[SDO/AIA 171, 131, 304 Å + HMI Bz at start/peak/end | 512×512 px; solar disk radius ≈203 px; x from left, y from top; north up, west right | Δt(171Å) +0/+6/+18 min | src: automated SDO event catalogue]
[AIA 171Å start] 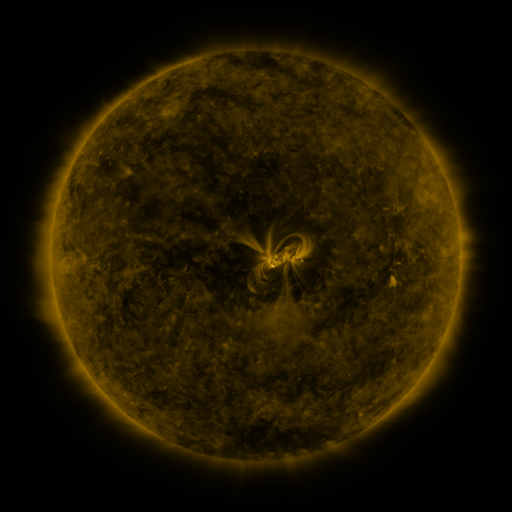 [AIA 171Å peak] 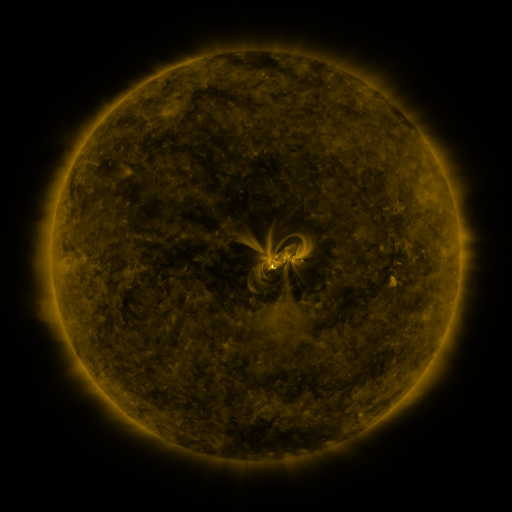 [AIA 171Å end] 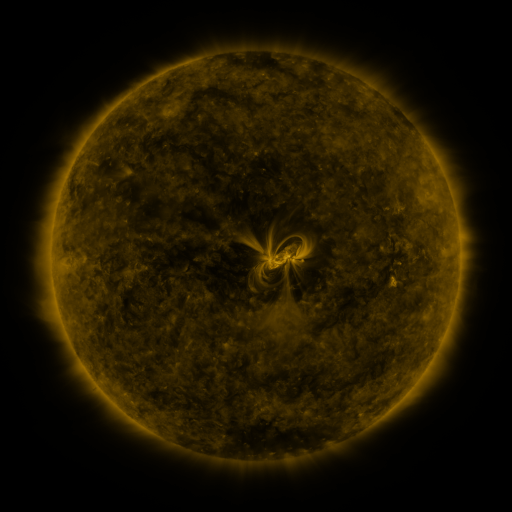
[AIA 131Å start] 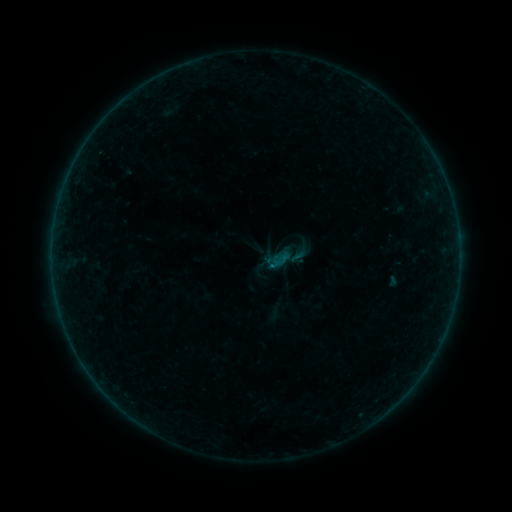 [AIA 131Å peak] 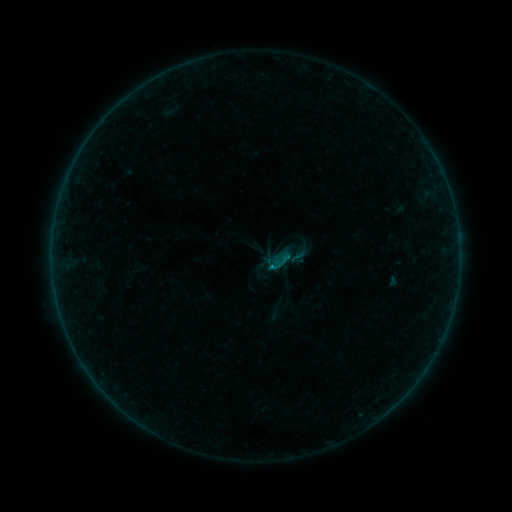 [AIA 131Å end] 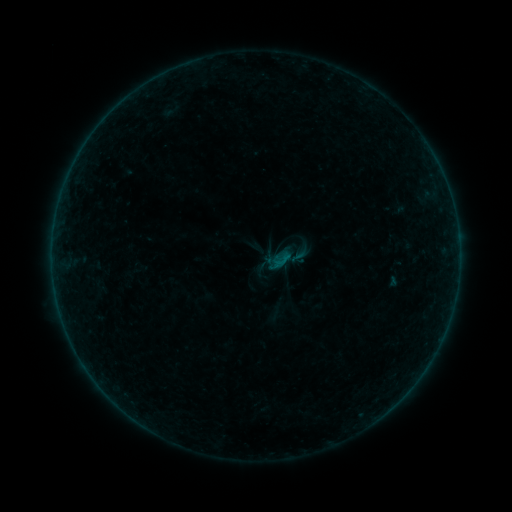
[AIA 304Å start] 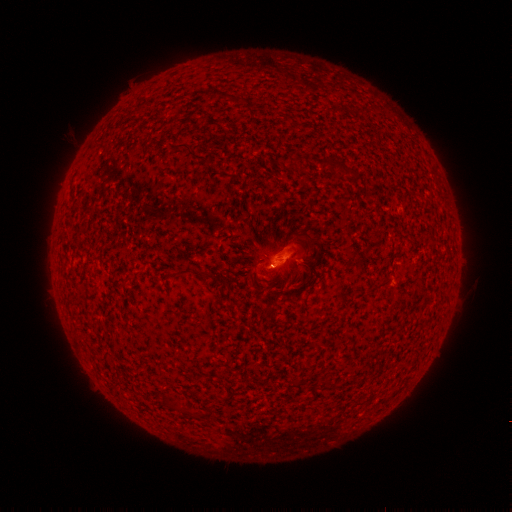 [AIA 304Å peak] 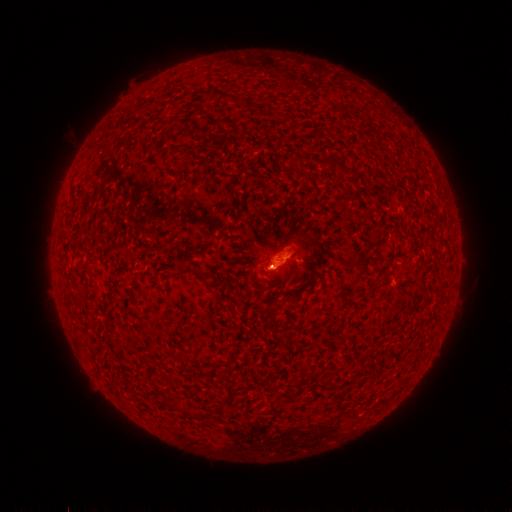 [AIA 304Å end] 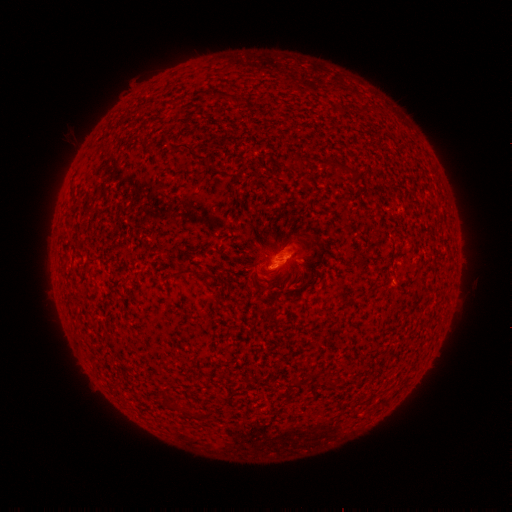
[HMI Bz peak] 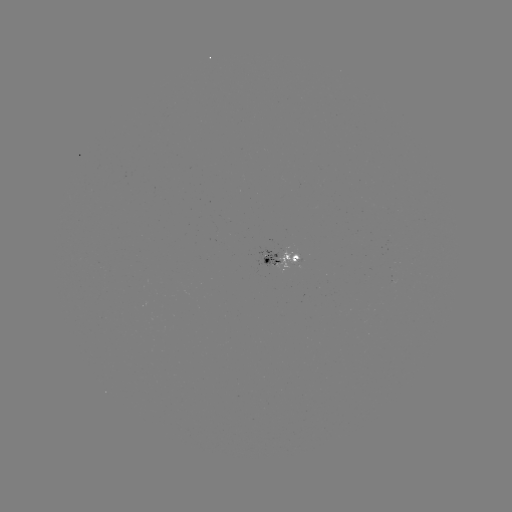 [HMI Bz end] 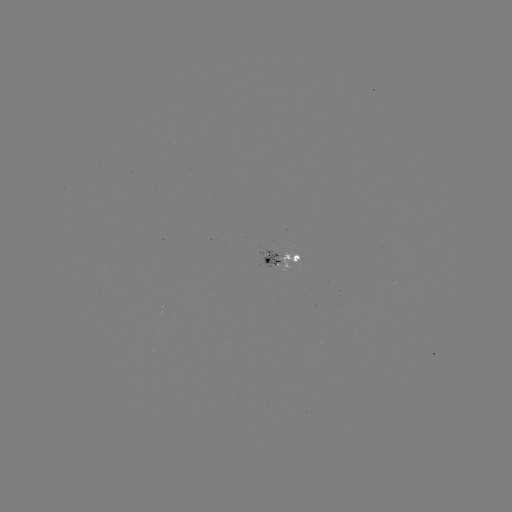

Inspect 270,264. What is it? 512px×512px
B1.8 flare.